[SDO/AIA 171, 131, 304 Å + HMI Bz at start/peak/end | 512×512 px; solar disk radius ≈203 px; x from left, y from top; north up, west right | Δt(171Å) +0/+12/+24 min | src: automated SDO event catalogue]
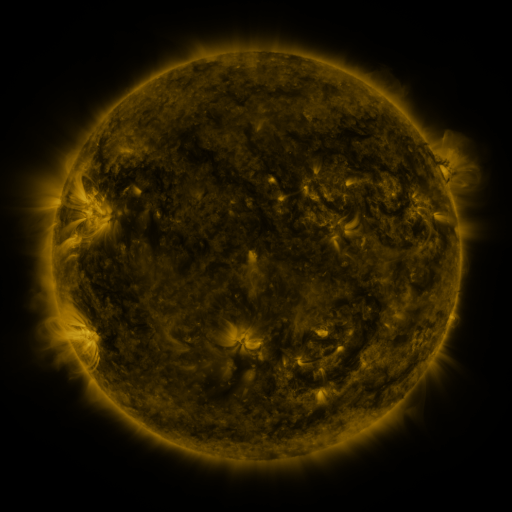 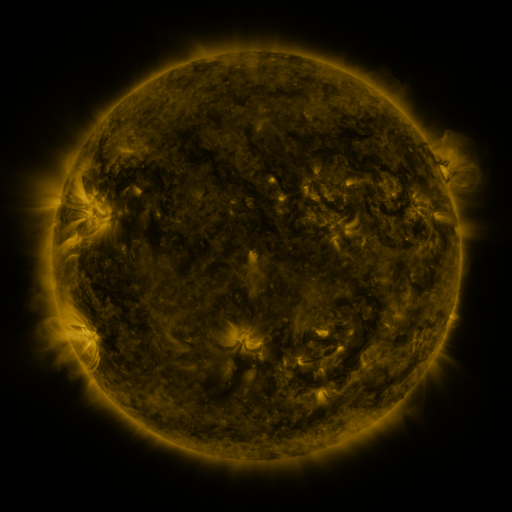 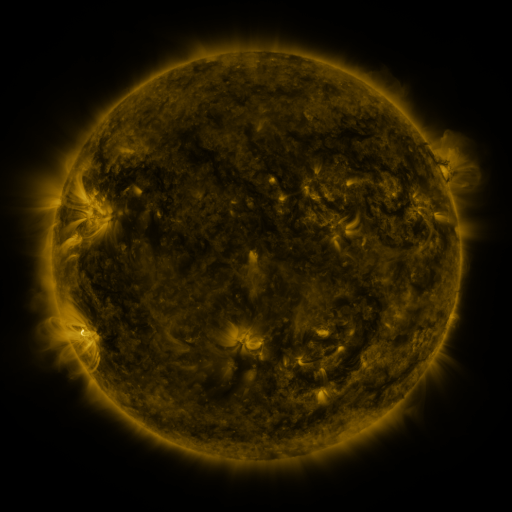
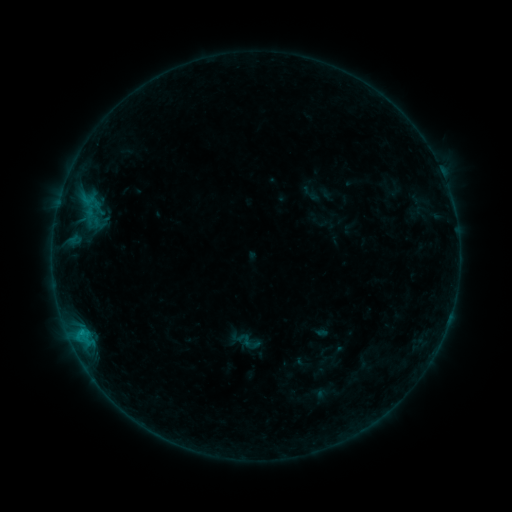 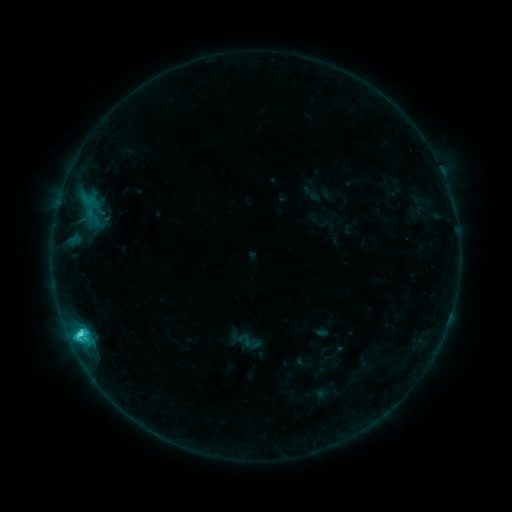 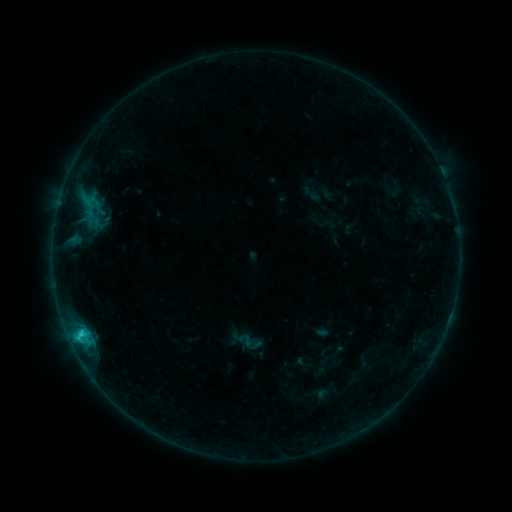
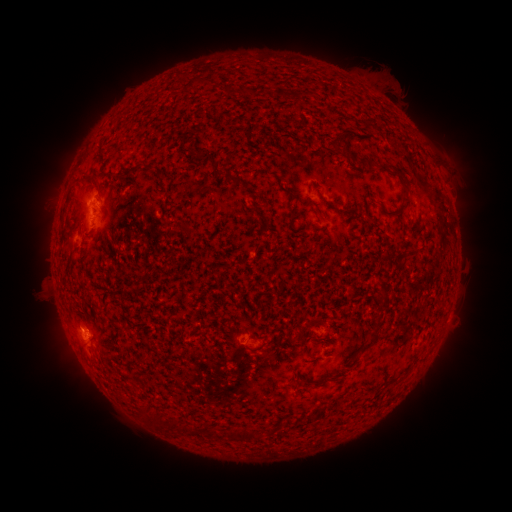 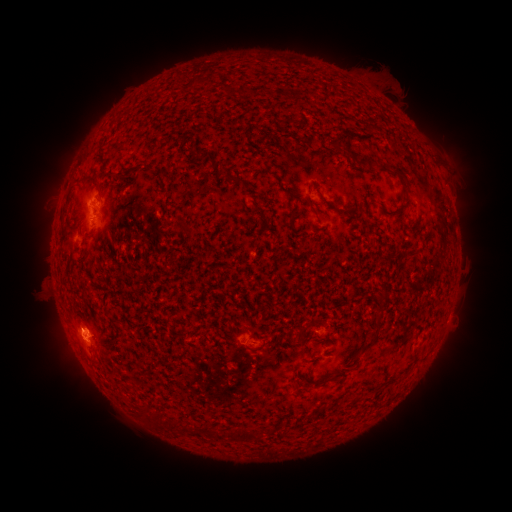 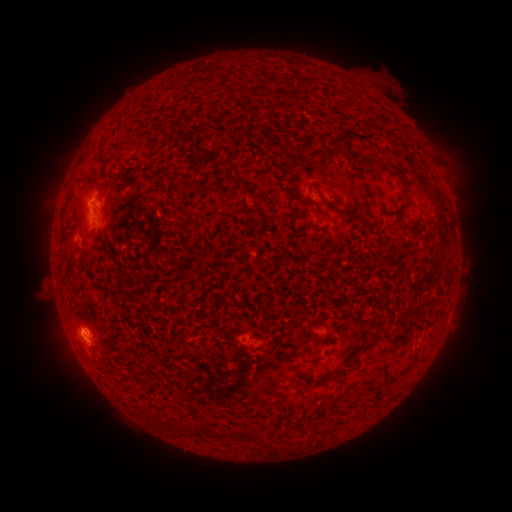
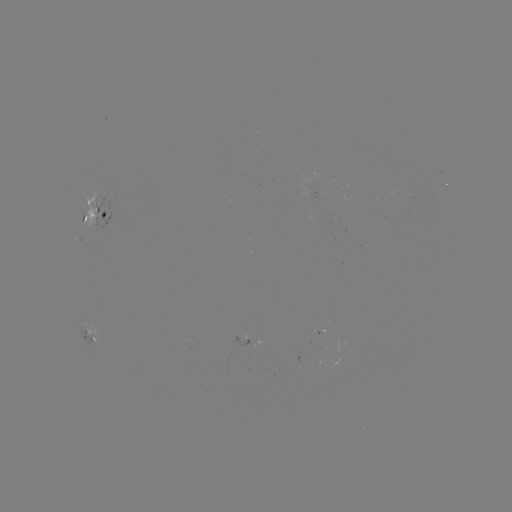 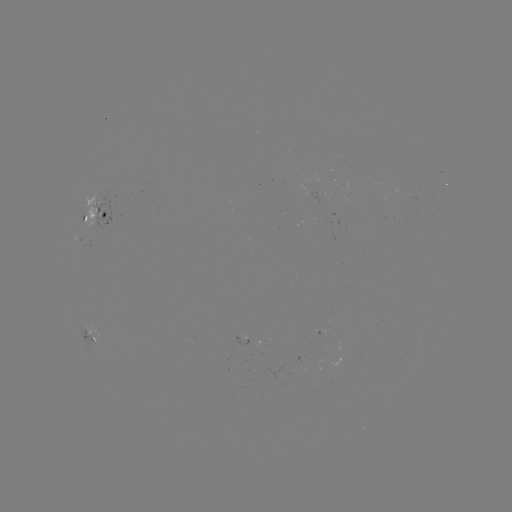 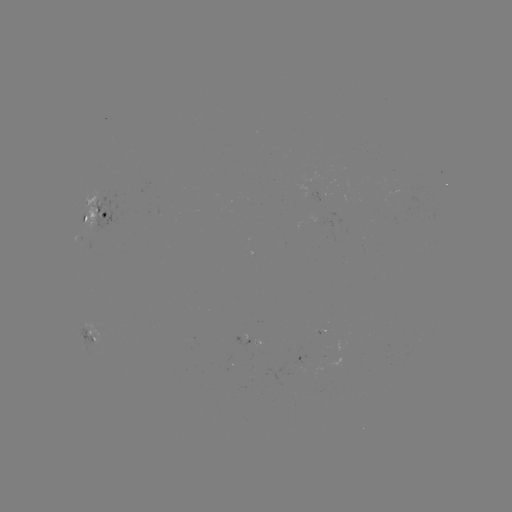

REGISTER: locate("C2.6 flare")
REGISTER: [81, 331]